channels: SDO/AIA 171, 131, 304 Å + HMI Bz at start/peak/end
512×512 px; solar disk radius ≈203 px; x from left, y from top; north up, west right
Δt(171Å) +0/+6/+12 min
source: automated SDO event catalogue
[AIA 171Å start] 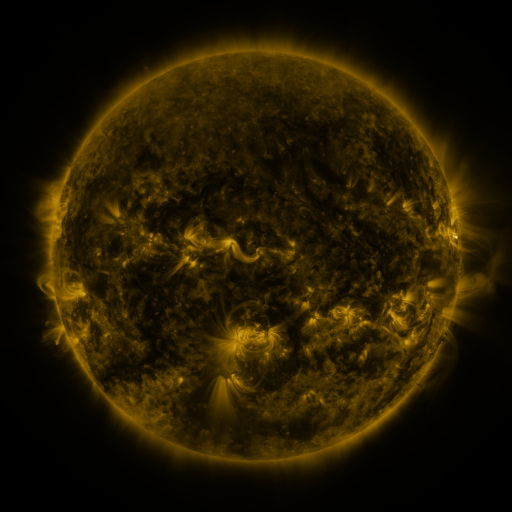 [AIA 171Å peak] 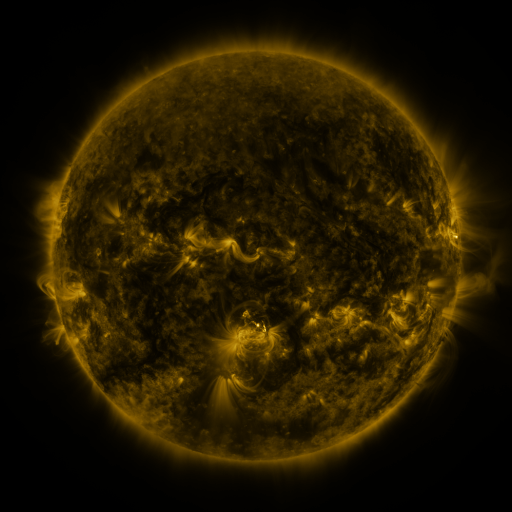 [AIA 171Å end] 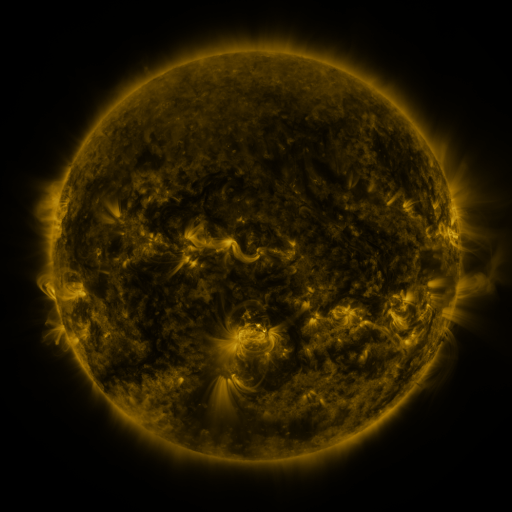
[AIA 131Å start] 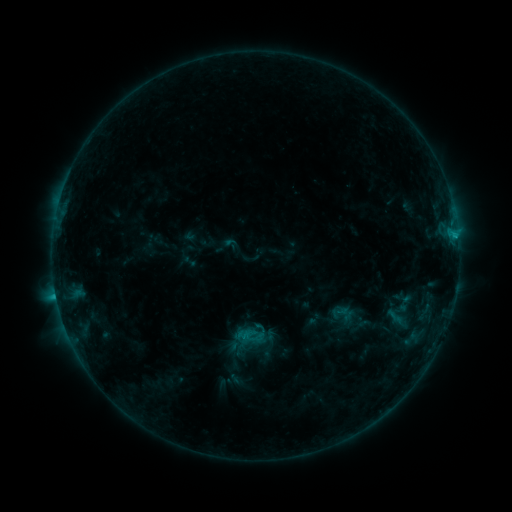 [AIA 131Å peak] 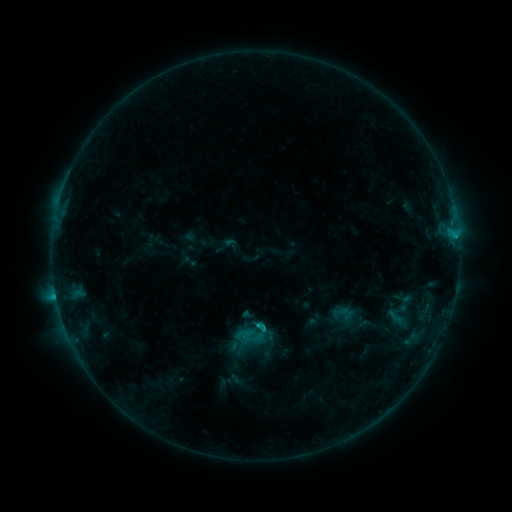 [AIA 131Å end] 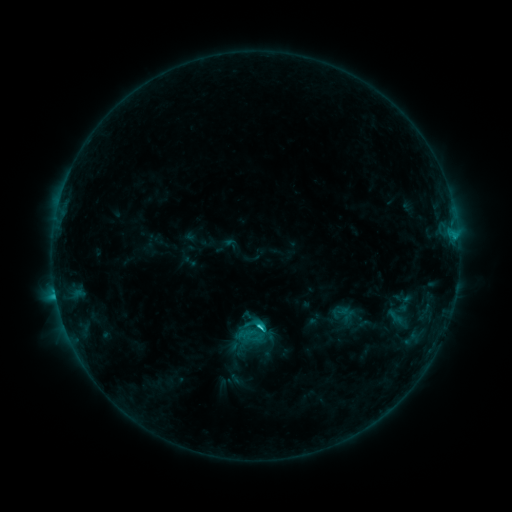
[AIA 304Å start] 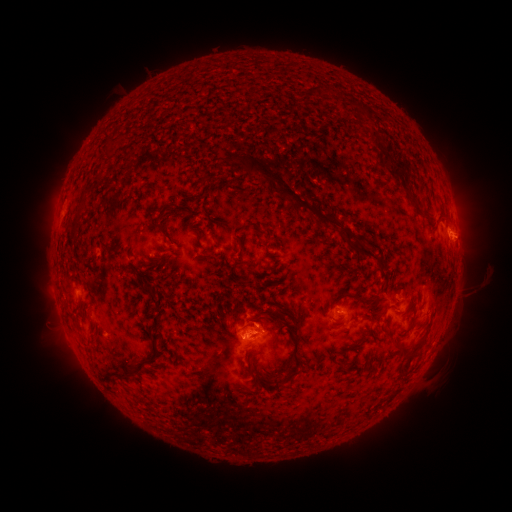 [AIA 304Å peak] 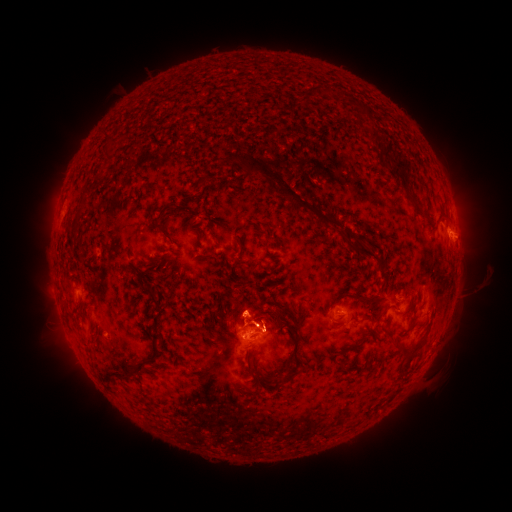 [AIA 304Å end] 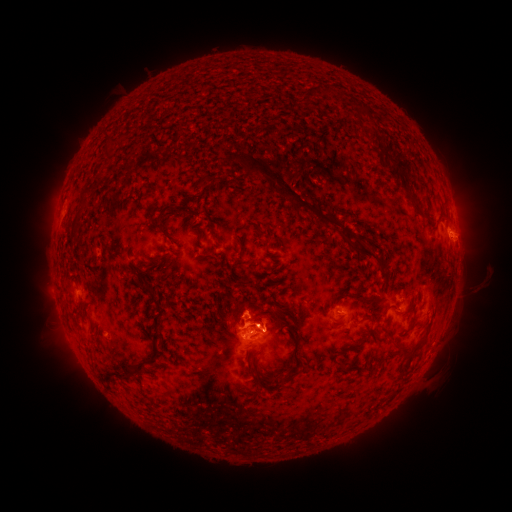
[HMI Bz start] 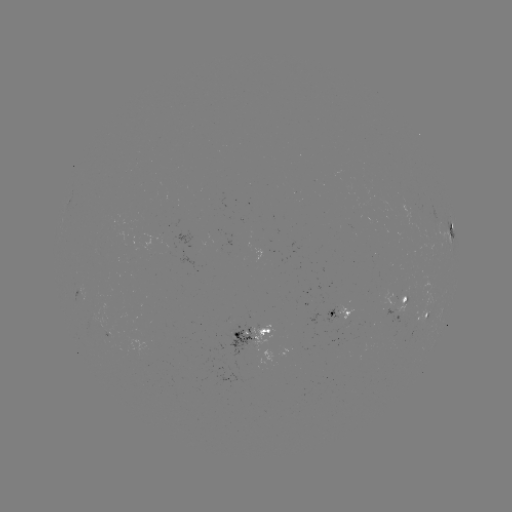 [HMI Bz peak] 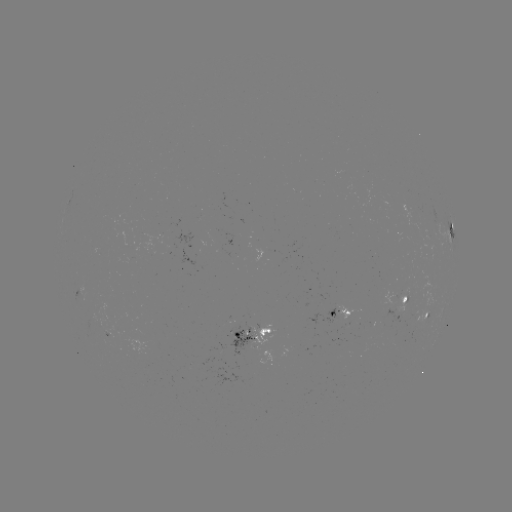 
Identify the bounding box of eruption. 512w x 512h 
[211, 281, 286, 339].